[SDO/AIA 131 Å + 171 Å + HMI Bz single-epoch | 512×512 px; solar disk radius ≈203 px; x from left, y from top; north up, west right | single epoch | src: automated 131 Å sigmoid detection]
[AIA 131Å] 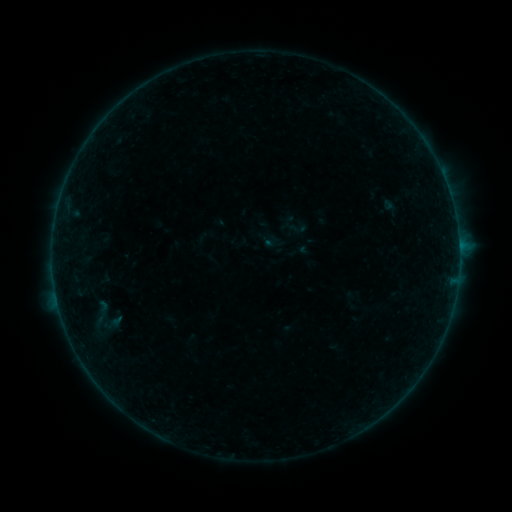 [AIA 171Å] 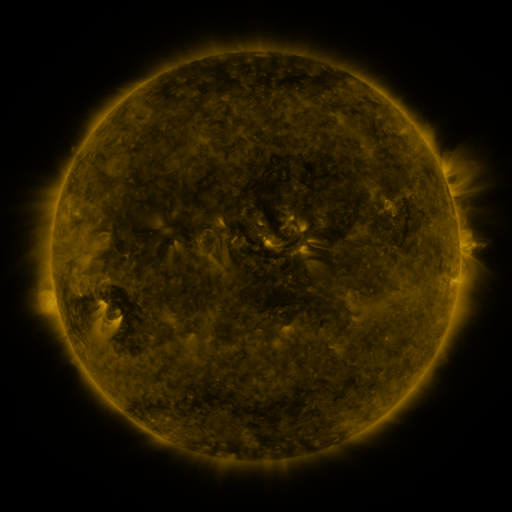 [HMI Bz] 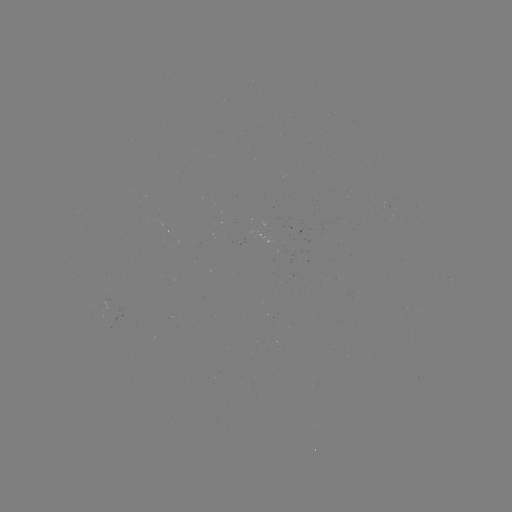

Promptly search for sigmoid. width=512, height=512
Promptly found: [103, 317].